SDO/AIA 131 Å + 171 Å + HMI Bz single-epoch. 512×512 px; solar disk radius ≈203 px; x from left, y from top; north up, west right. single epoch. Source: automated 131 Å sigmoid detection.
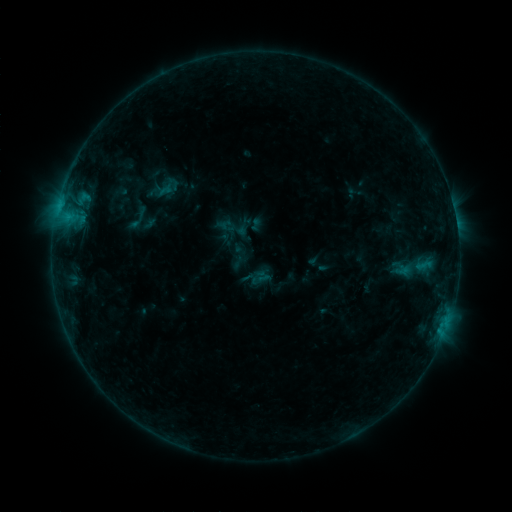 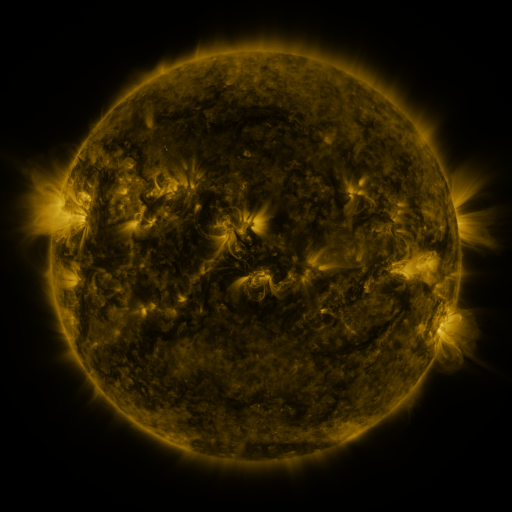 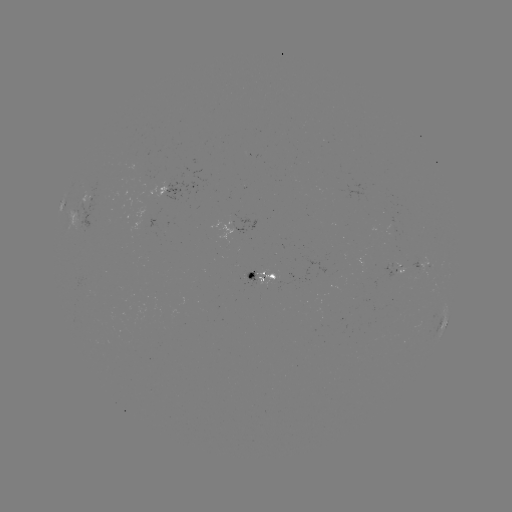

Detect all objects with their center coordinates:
sigmoid: [225, 218, 249, 242]
